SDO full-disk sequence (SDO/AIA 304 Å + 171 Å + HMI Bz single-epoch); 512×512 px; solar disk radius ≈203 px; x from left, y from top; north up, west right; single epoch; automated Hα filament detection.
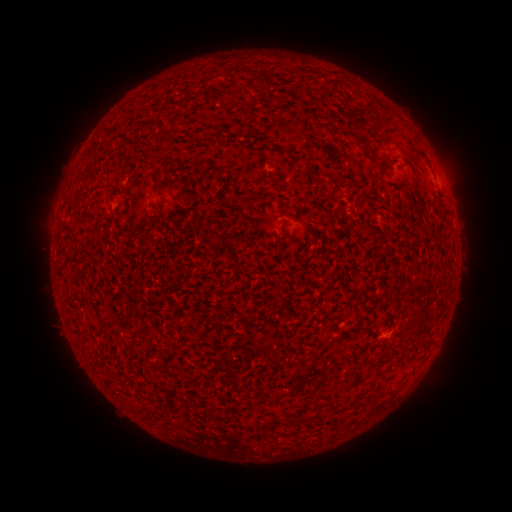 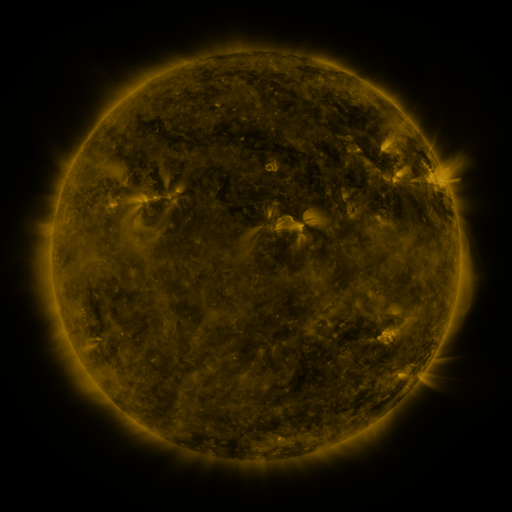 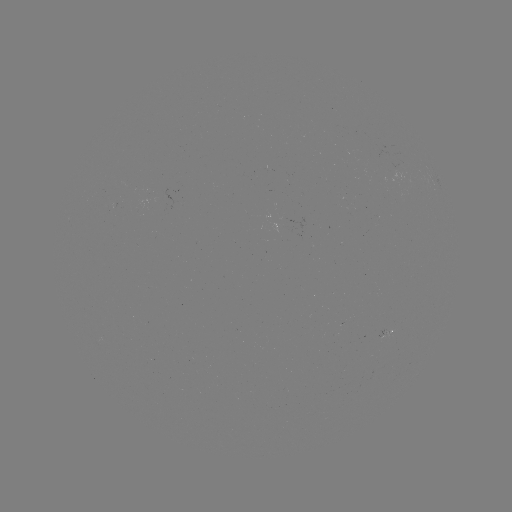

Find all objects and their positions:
filament: <bbox>231, 68, 252, 78</bbox>
filament: <bbox>256, 73, 270, 89</bbox>
filament: <bbox>340, 129, 361, 144</bbox>
filament: <bbox>165, 130, 177, 140</bbox>
filament: <bbox>406, 148, 426, 163</bbox>
filament: <bbox>138, 158, 160, 184</bbox>
filament: <bbox>377, 161, 389, 171</bbox>
filament: <bbox>306, 163, 320, 179</bbox>
filament: <bbox>356, 192, 366, 199</bbox>
filament: <bbox>239, 196, 256, 208</bbox>
filament: <bbox>278, 218, 289, 242</bbox>
filament: <bbox>413, 308, 426, 325</bbox>
filament: <bbox>304, 335, 341, 374</bbox>
filament: <bbox>375, 351, 394, 365</bbox>
